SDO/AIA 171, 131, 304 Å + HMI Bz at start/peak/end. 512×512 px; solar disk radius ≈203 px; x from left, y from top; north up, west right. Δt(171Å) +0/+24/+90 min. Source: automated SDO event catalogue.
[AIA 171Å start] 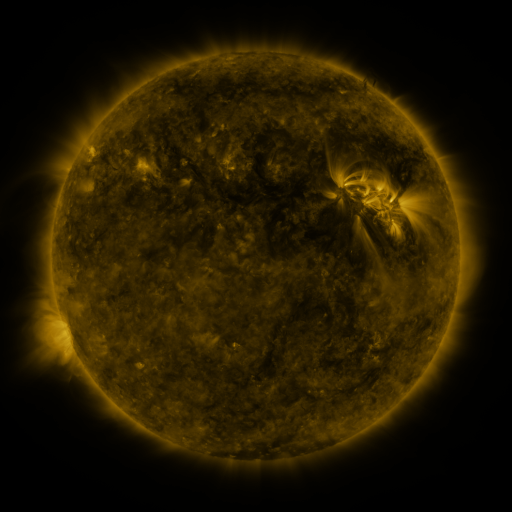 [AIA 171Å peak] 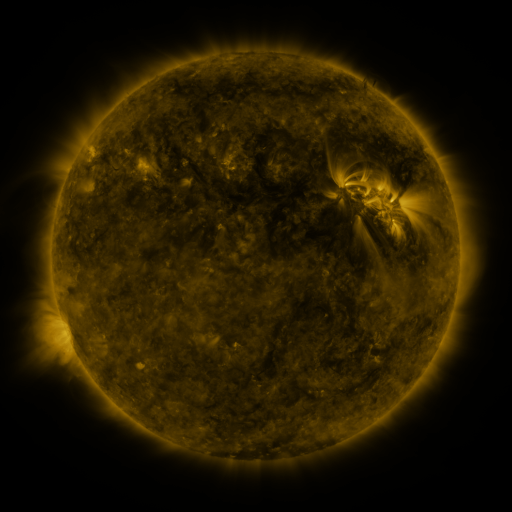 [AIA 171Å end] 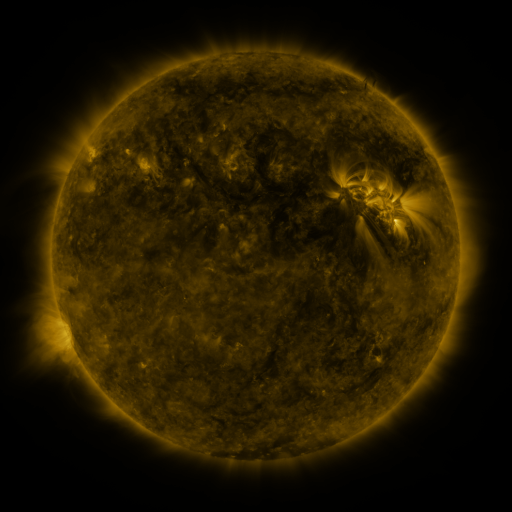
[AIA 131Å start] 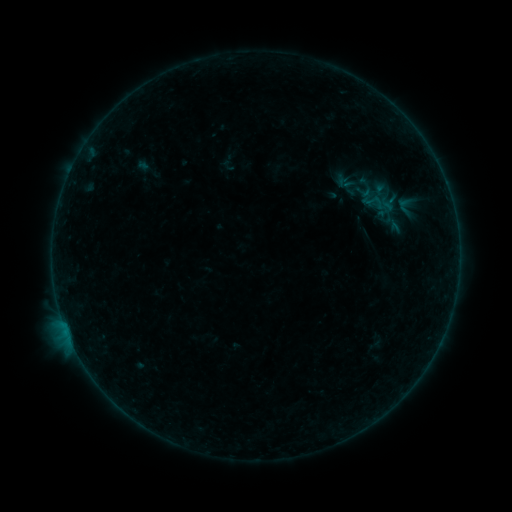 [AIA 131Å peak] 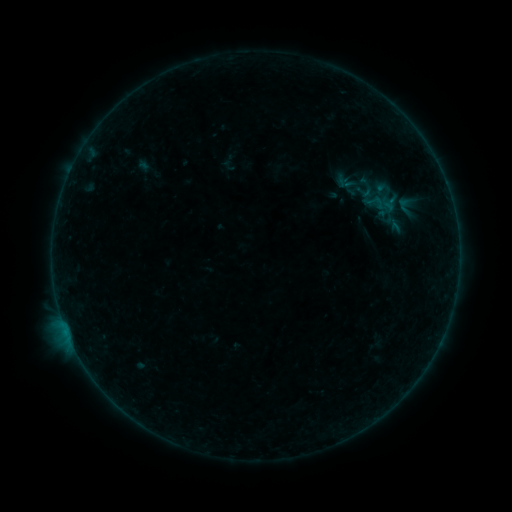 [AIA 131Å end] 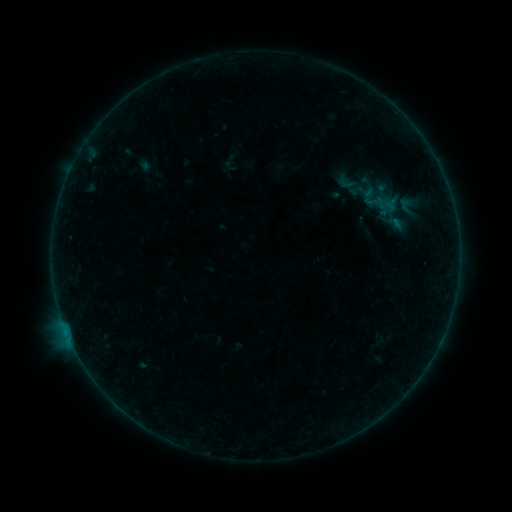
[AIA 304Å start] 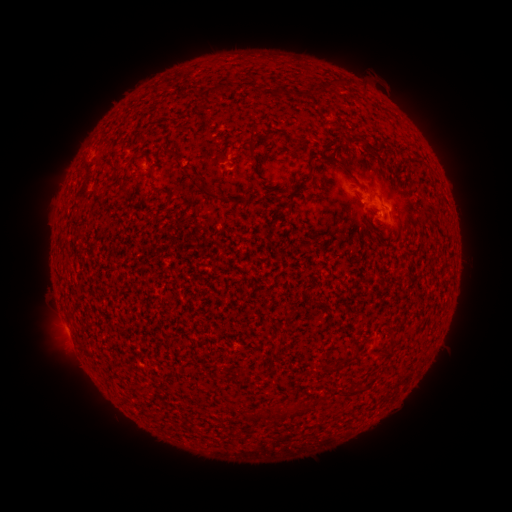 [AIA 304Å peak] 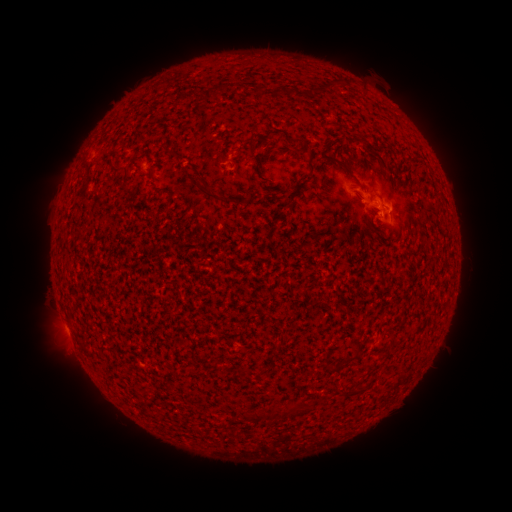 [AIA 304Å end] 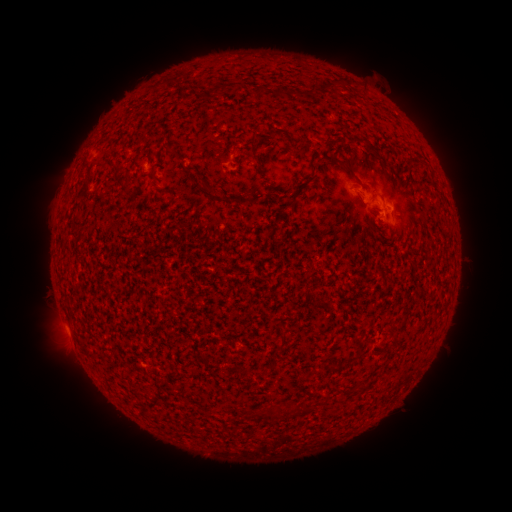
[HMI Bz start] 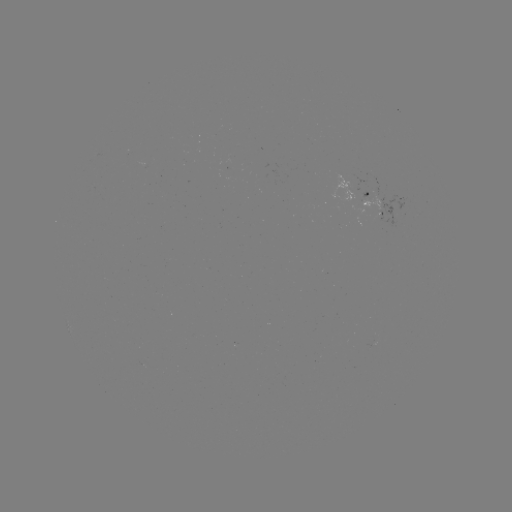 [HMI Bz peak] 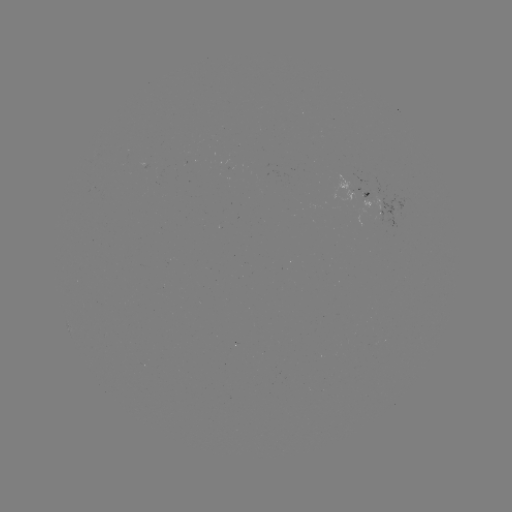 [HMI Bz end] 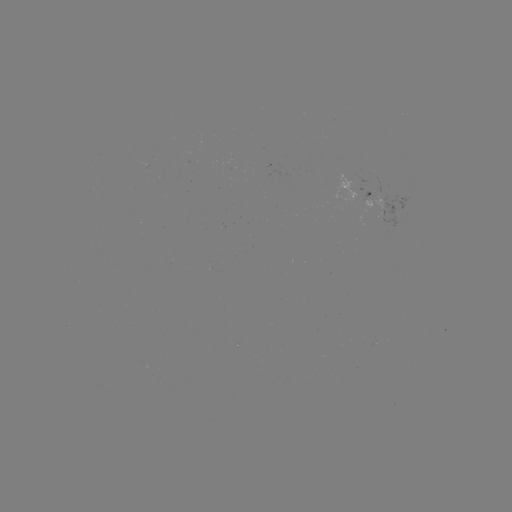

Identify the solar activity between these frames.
B1.9 flare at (70, 339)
